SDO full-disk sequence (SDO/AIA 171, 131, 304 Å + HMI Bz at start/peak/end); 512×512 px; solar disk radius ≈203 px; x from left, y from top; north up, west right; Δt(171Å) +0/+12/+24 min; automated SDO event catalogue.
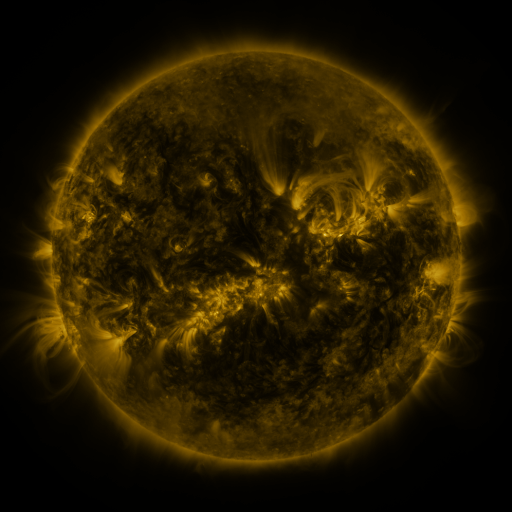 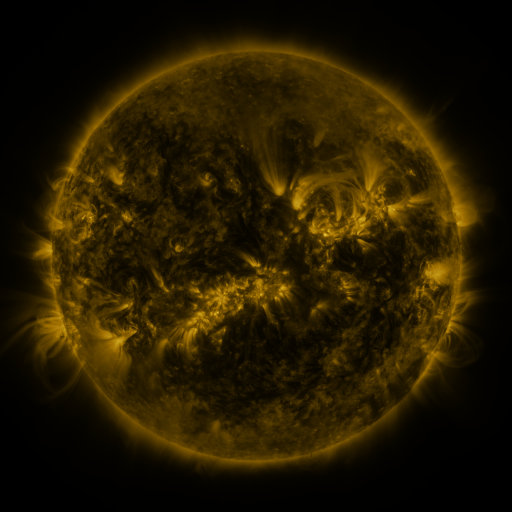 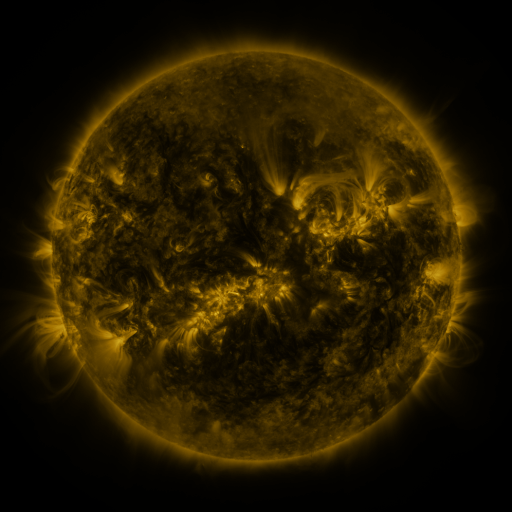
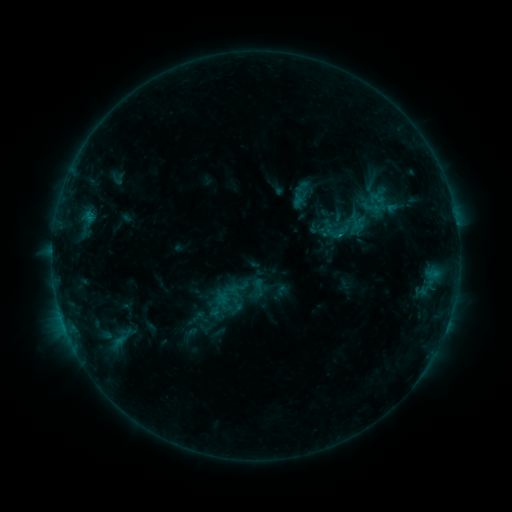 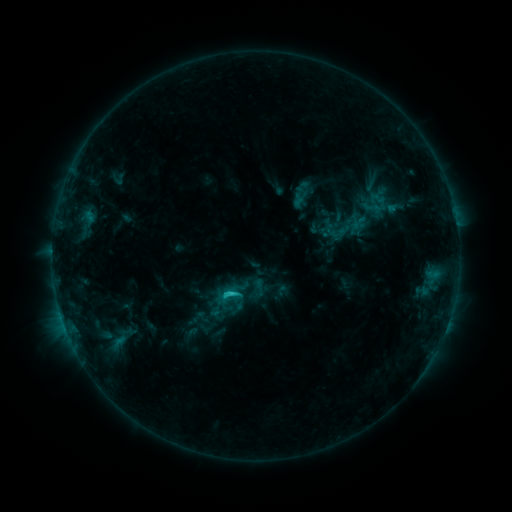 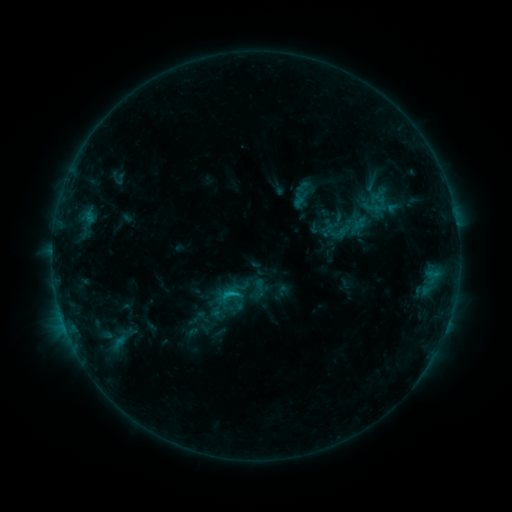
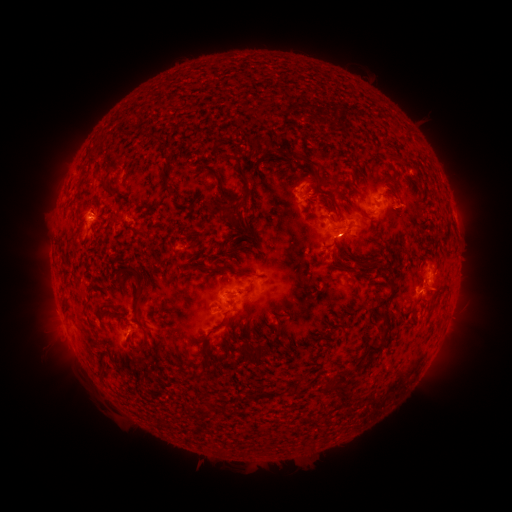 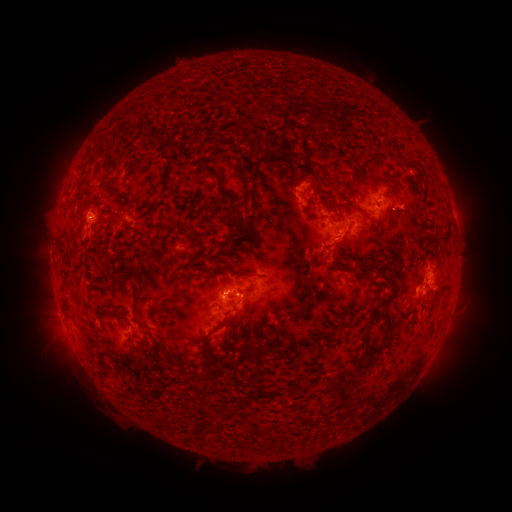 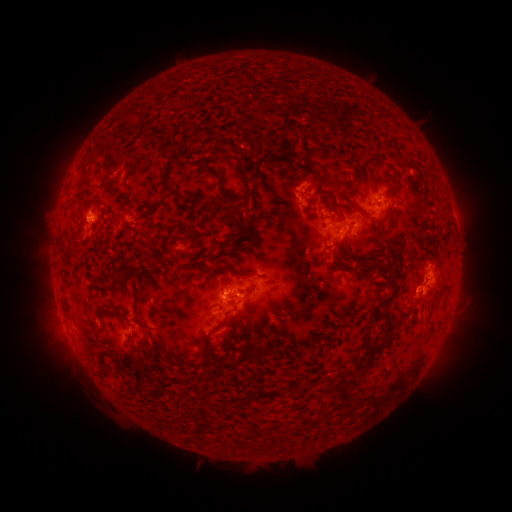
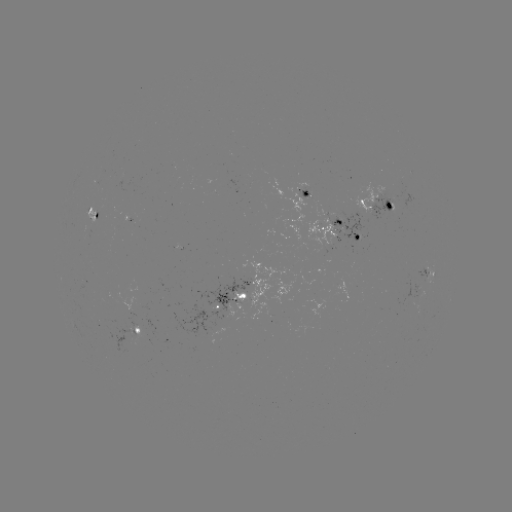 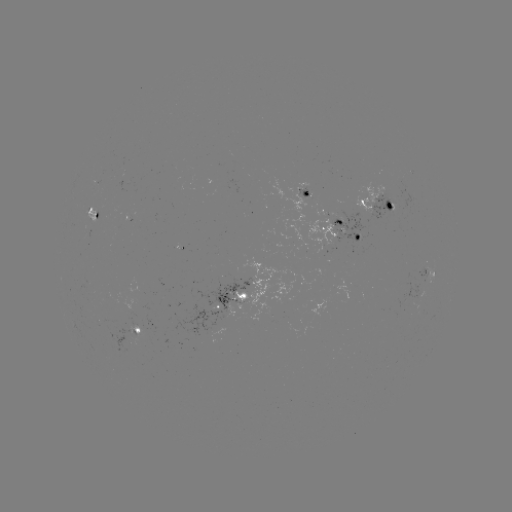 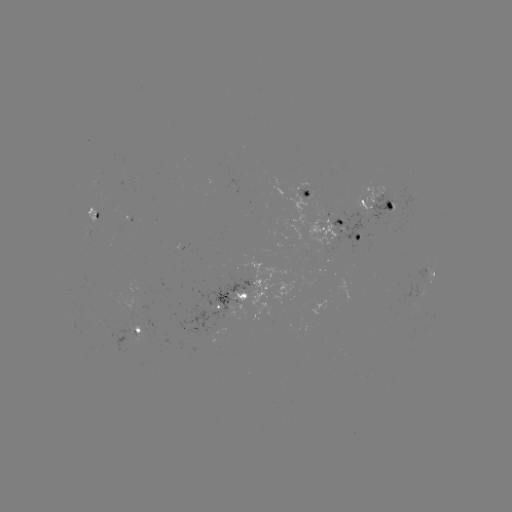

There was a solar flare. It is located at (231, 292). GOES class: C1.6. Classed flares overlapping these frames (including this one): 1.